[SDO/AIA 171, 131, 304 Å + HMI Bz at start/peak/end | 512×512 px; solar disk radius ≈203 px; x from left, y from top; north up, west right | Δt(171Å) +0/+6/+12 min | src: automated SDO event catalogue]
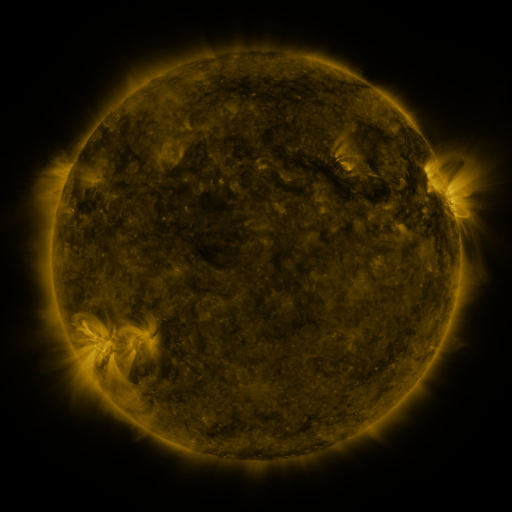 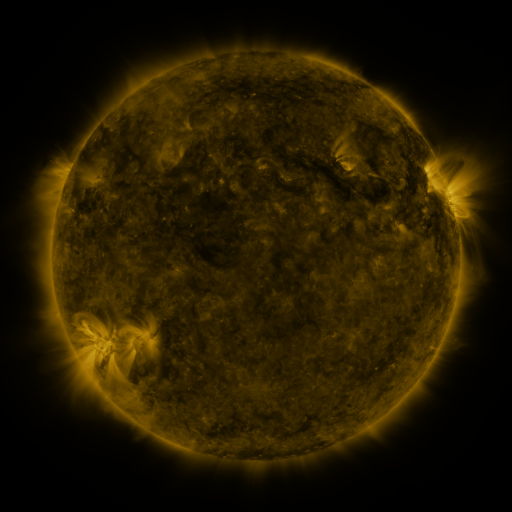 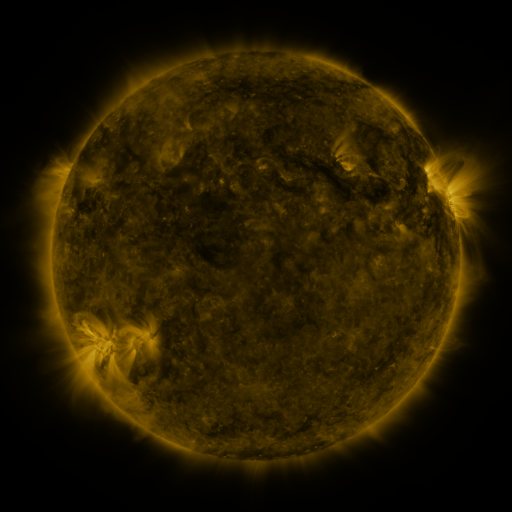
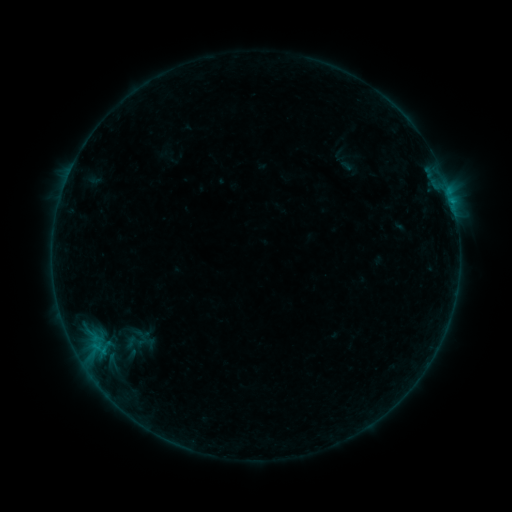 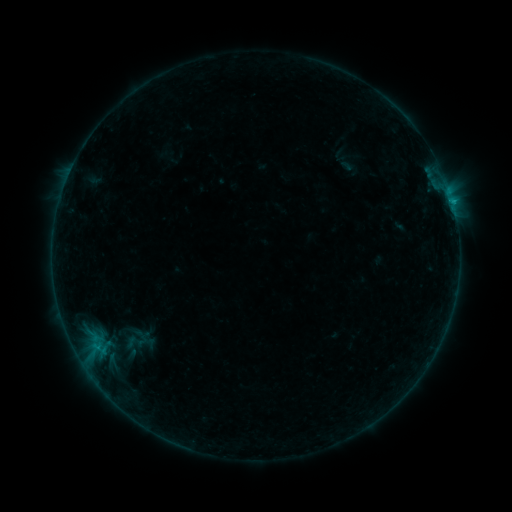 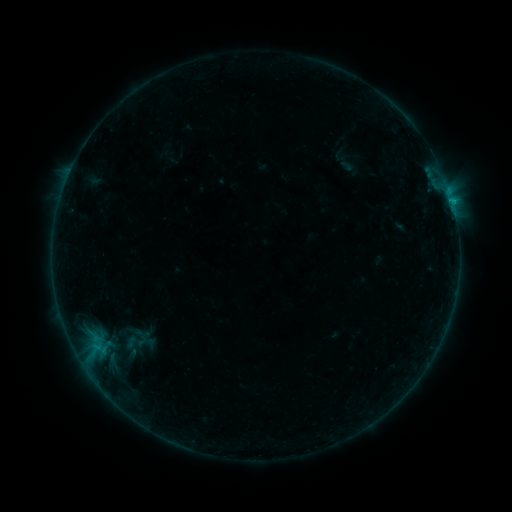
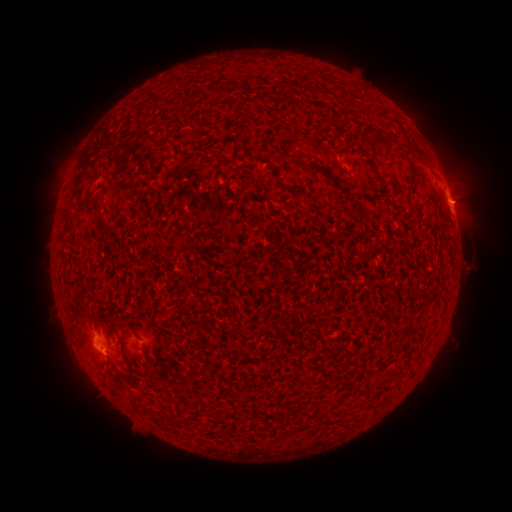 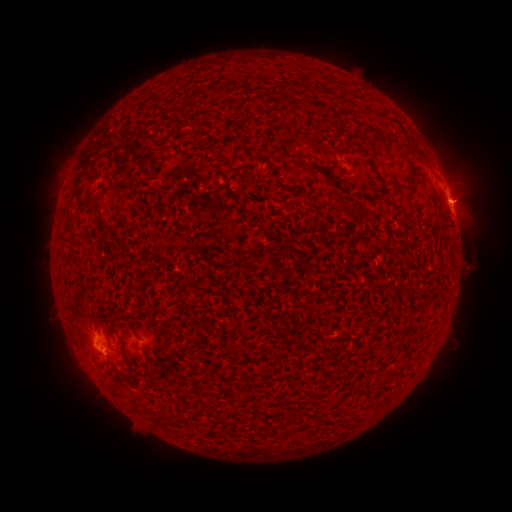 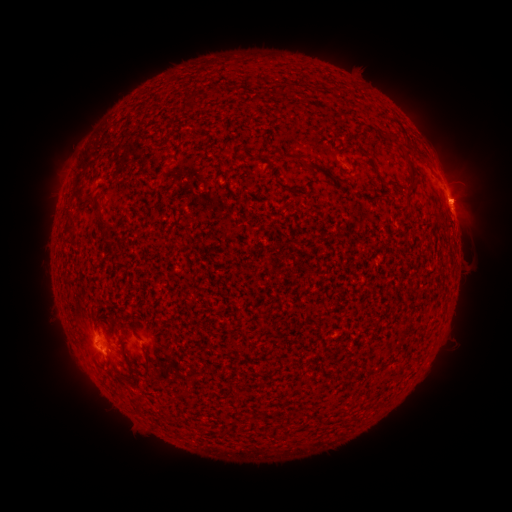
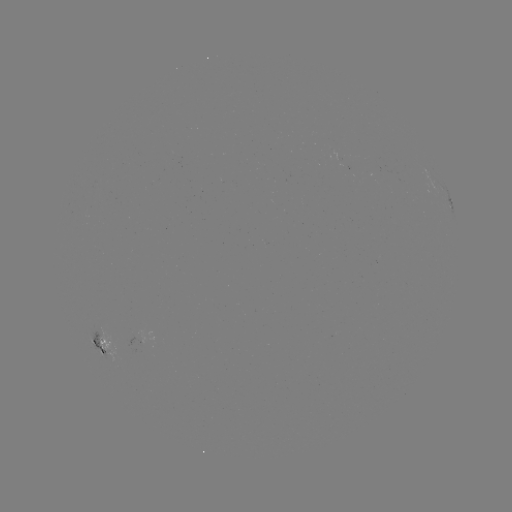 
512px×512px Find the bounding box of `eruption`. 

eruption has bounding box [441, 169, 499, 224].